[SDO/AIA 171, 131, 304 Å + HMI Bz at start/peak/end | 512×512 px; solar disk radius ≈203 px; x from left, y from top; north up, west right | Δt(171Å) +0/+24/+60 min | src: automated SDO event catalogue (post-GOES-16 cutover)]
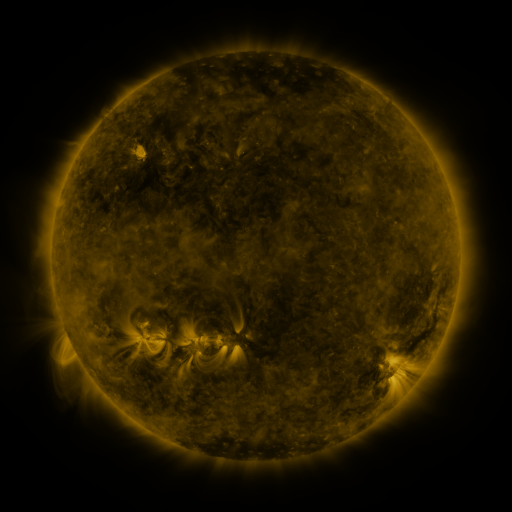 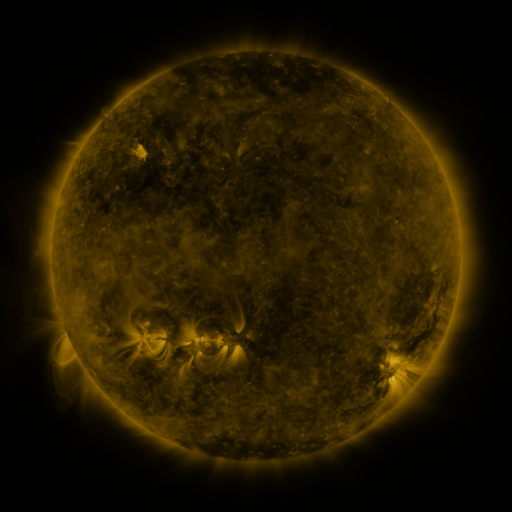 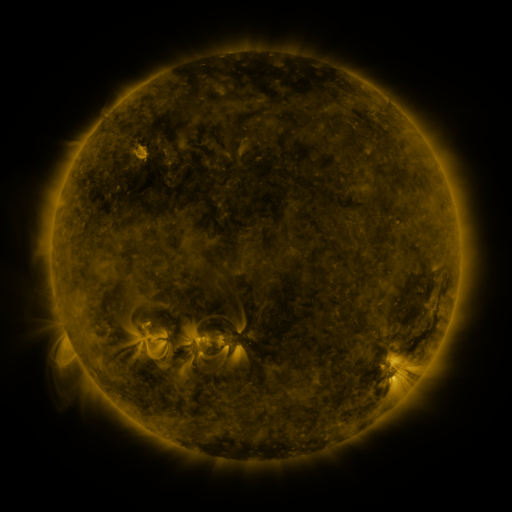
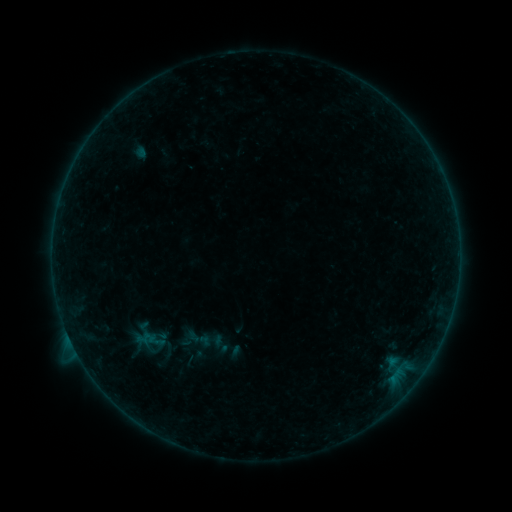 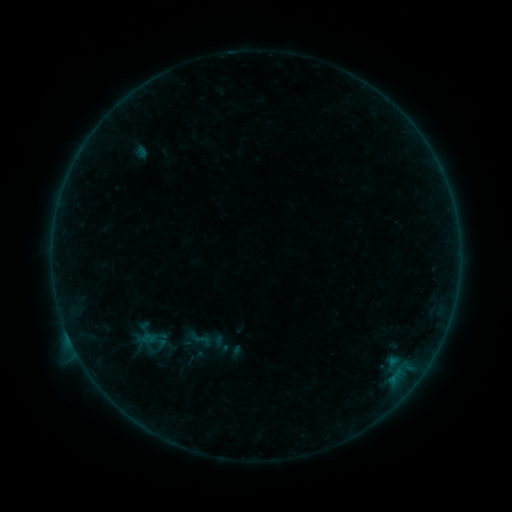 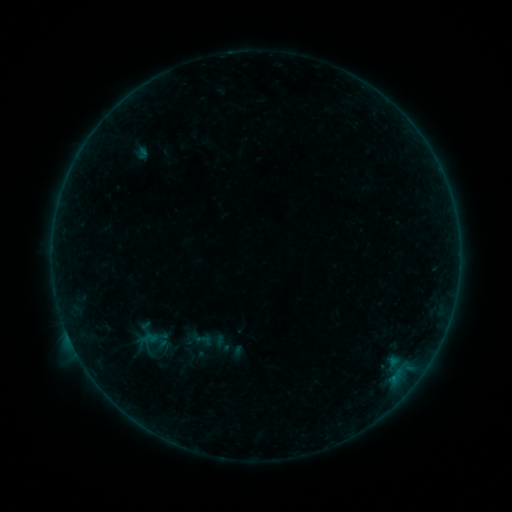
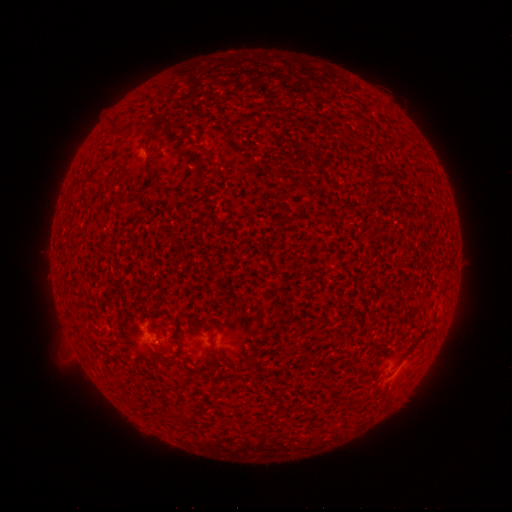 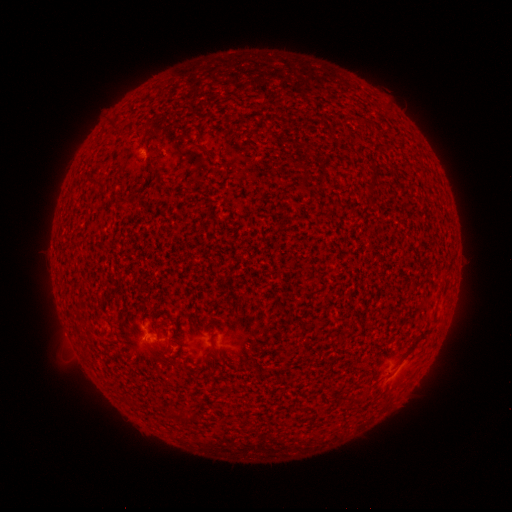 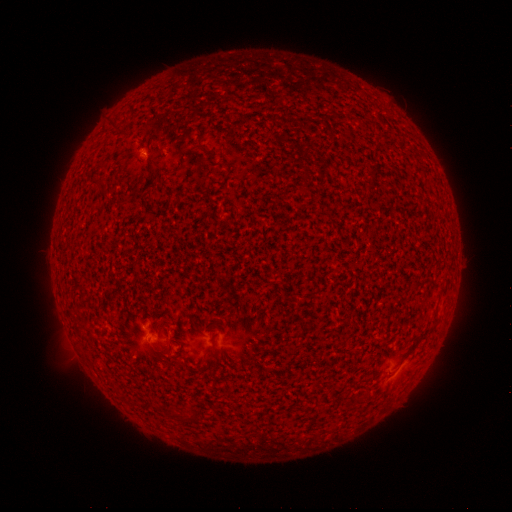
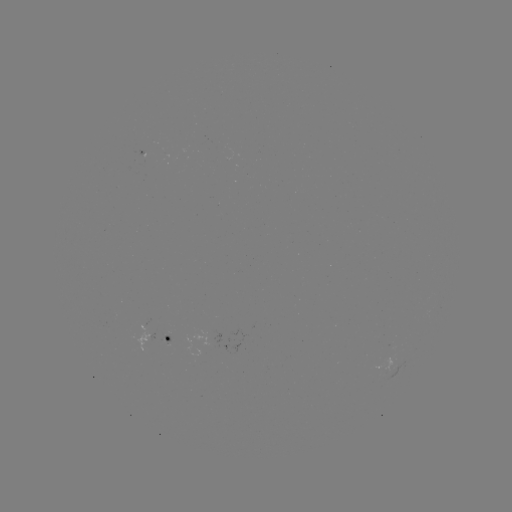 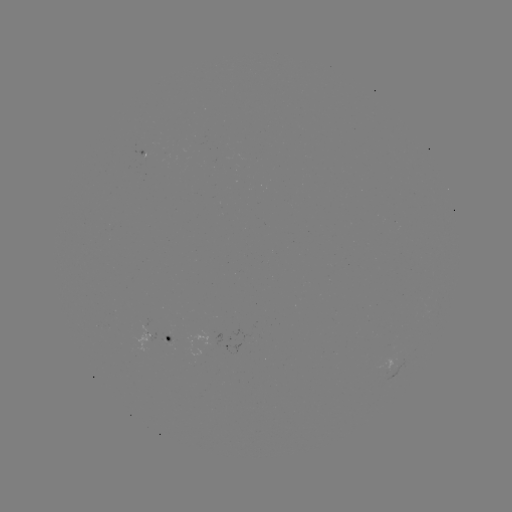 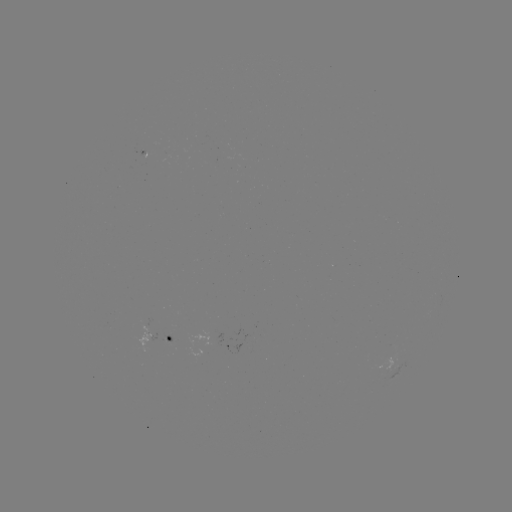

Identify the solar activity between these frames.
B1.8 flare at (147, 337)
